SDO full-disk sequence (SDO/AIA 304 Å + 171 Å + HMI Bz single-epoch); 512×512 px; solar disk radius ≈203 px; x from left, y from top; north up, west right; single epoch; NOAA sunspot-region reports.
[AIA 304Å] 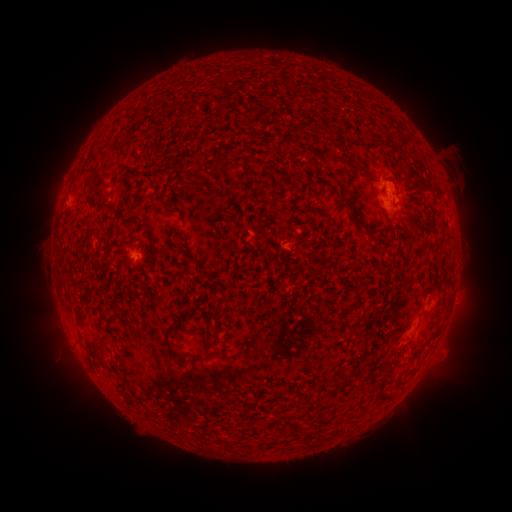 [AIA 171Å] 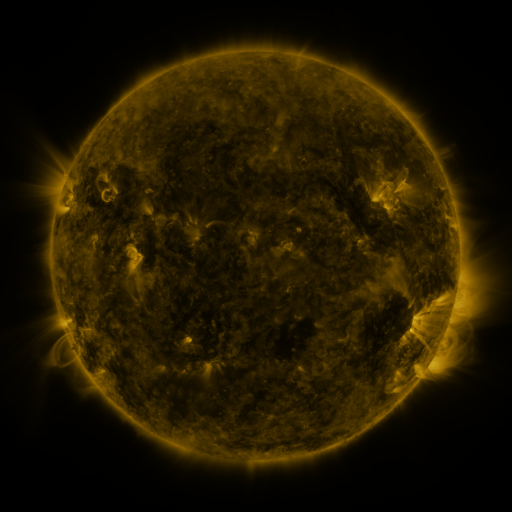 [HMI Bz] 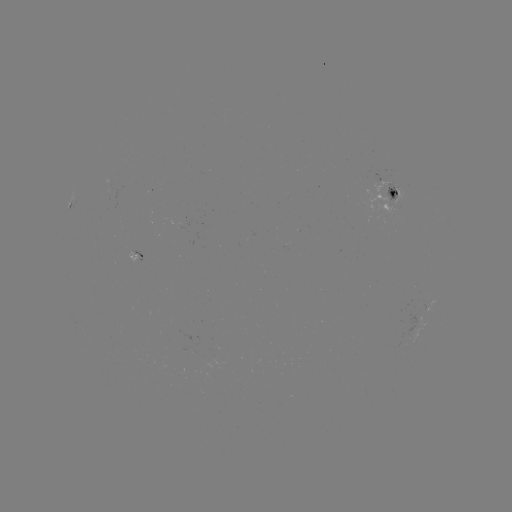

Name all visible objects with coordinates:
spotted active region: (396, 195)
spotted active region: (73, 208)
spotted active region: (432, 305)
